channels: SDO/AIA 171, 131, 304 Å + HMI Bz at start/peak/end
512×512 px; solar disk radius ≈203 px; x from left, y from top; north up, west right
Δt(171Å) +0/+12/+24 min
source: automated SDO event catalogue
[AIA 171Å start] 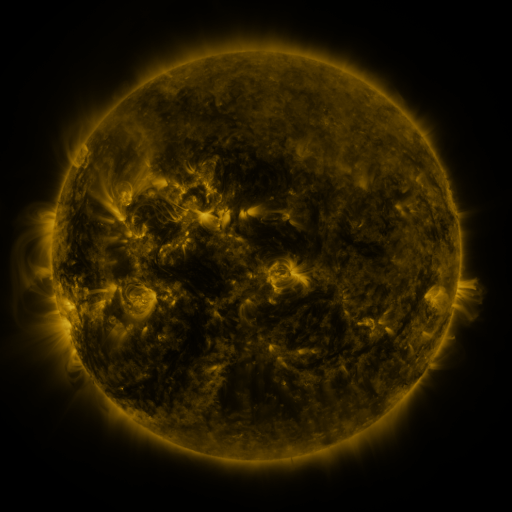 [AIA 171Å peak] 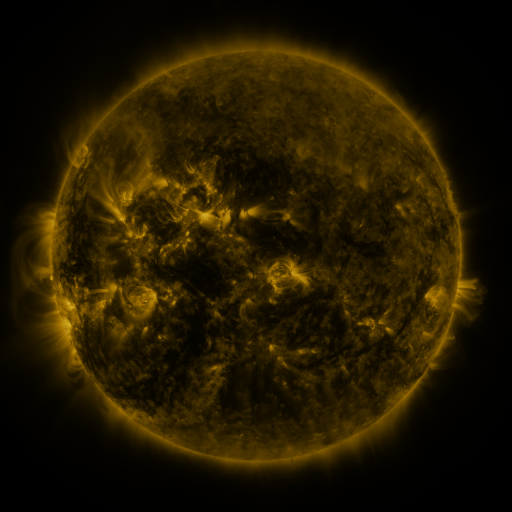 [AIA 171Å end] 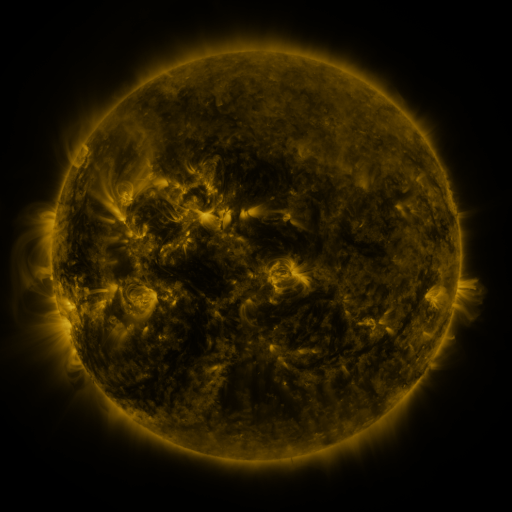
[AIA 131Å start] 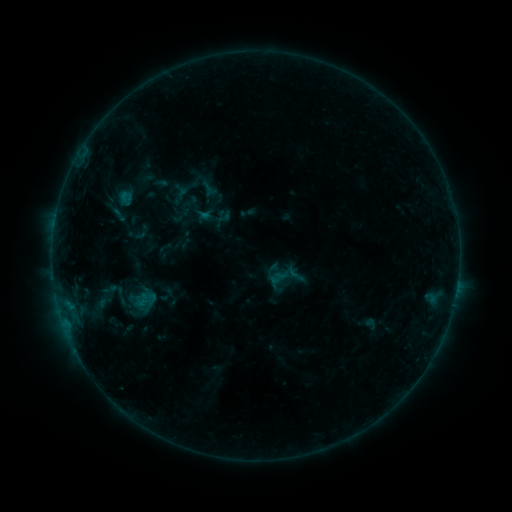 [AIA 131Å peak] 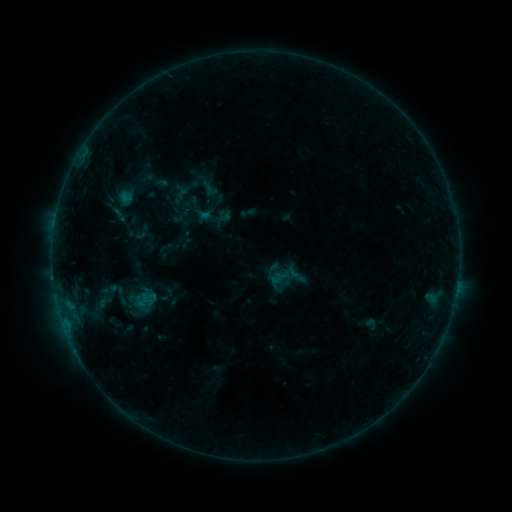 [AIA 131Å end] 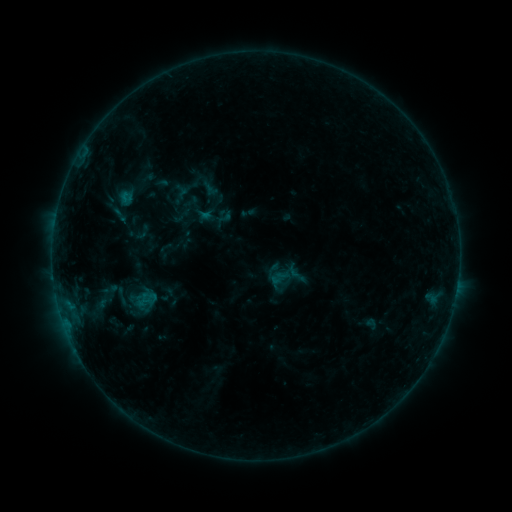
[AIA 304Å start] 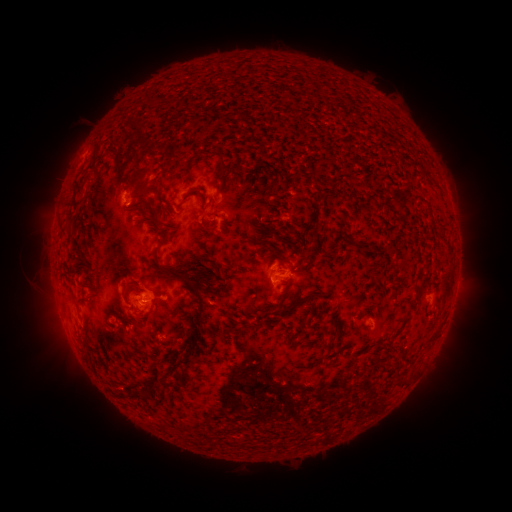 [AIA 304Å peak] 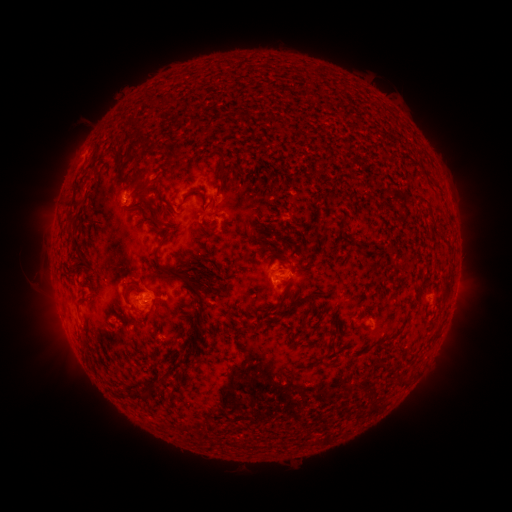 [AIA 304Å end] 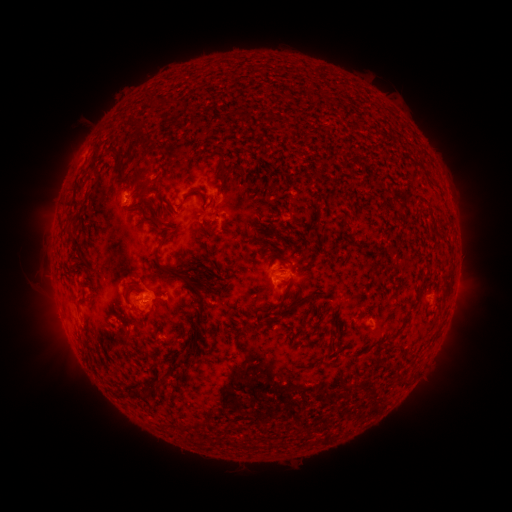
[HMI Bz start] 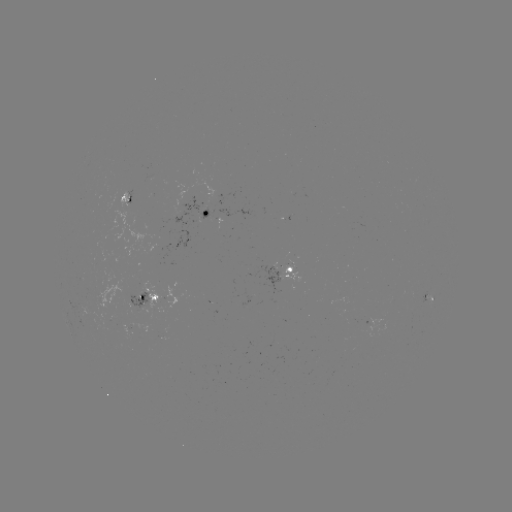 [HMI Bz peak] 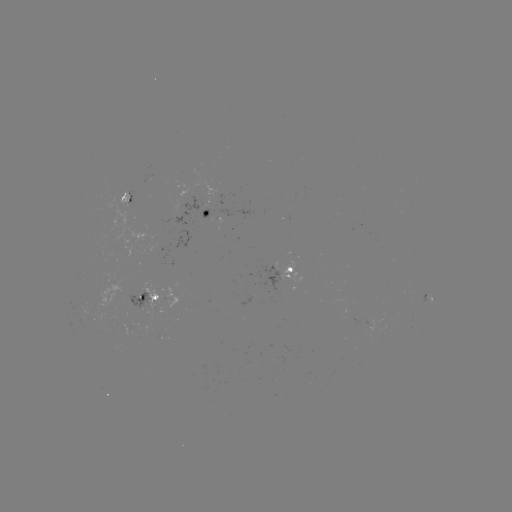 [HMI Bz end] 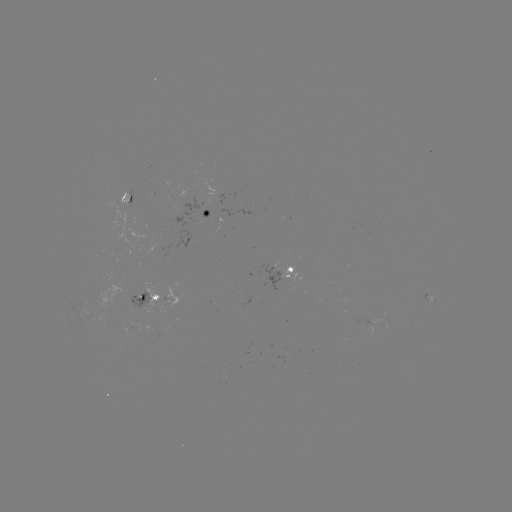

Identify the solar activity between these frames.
no classed flare was catalogued and no EUV brightening was flagged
